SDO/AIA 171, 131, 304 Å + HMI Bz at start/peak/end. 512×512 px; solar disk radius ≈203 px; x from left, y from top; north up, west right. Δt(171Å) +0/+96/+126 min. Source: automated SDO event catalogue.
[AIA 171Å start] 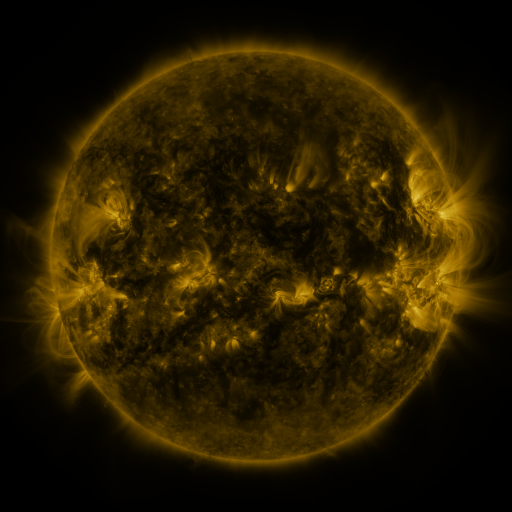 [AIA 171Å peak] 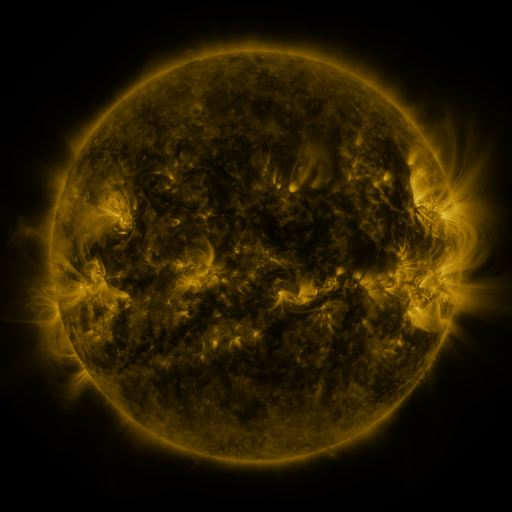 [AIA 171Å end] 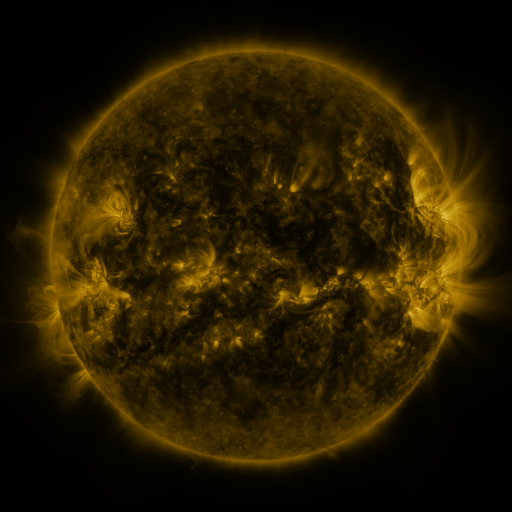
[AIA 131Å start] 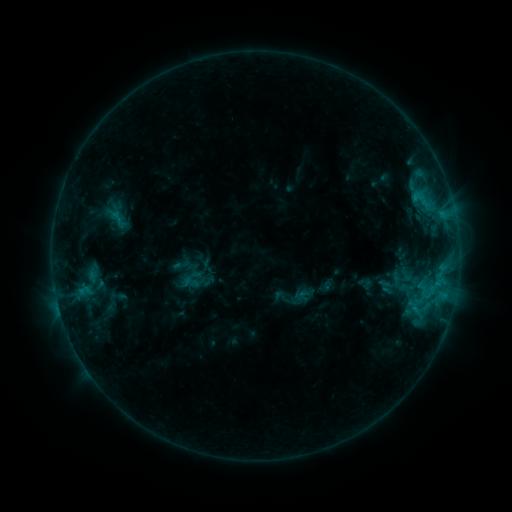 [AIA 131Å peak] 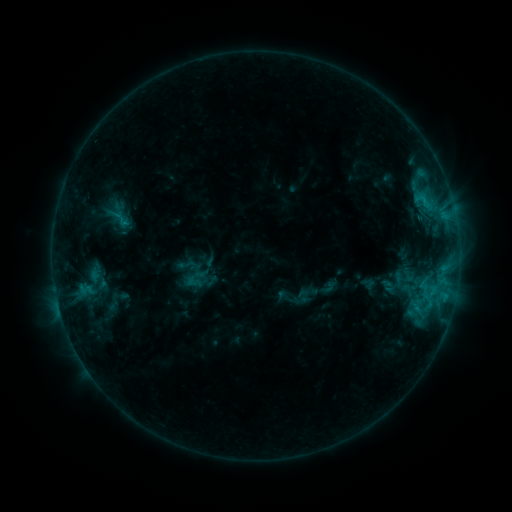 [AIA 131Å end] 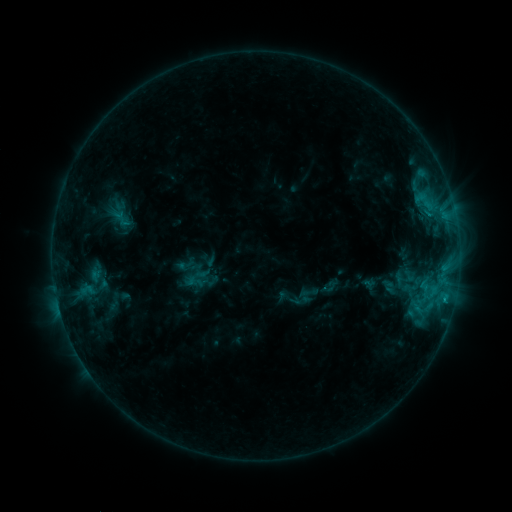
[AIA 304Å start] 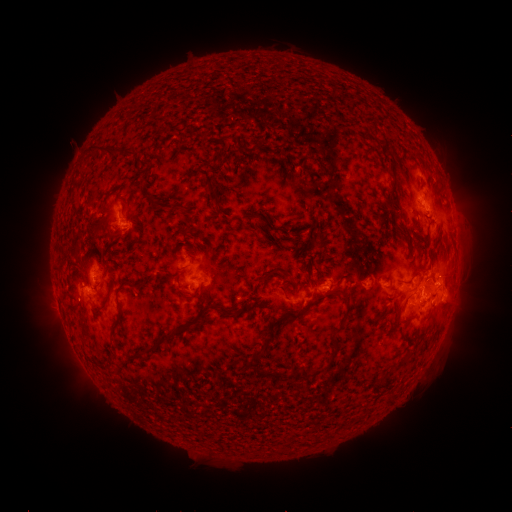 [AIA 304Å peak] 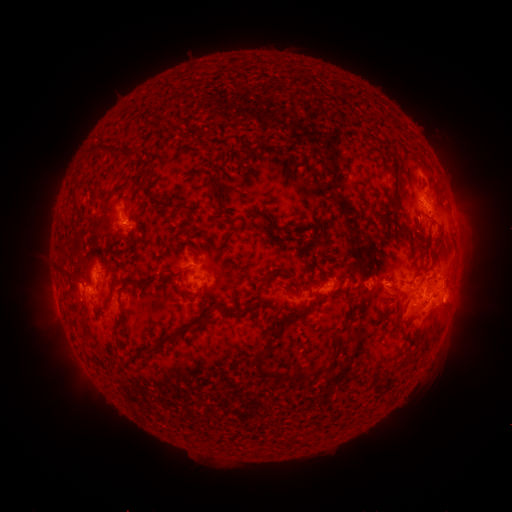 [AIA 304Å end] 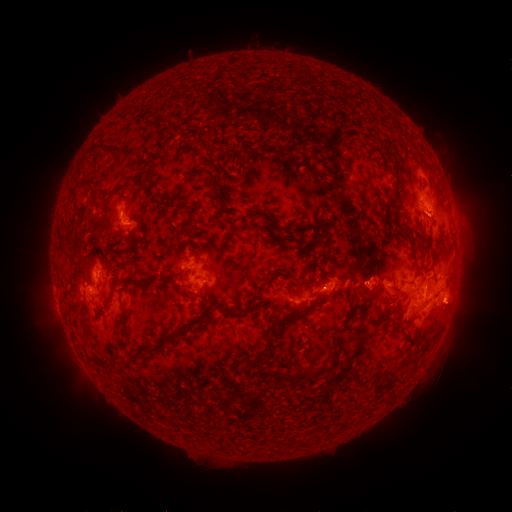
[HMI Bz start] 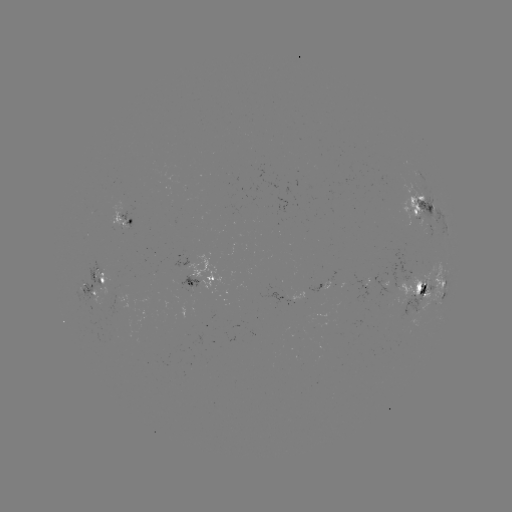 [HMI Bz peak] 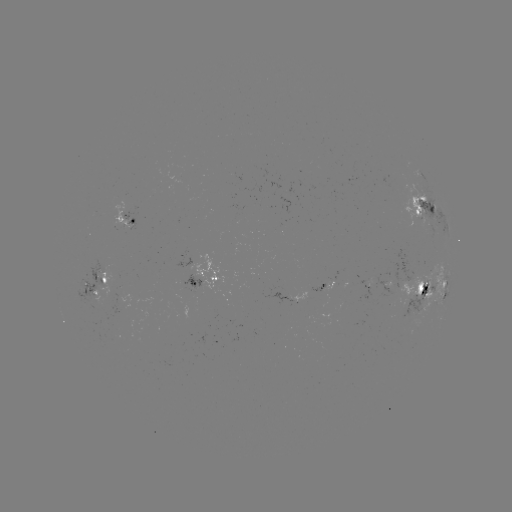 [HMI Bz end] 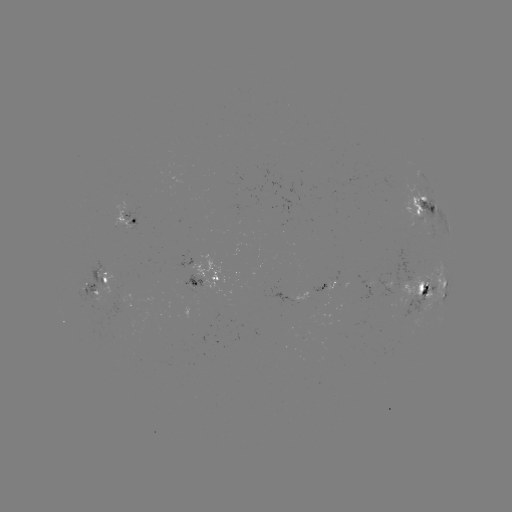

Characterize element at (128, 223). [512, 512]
emerging-flux region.